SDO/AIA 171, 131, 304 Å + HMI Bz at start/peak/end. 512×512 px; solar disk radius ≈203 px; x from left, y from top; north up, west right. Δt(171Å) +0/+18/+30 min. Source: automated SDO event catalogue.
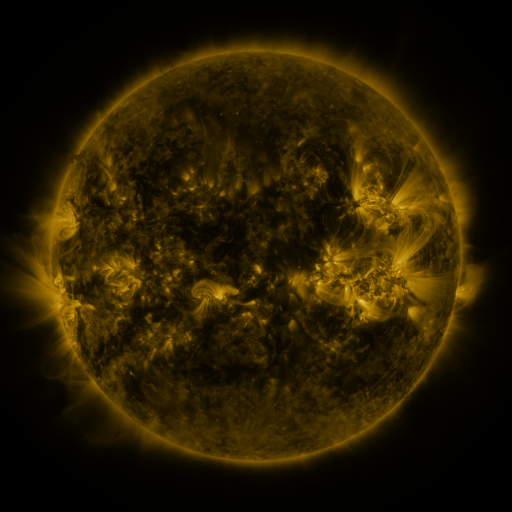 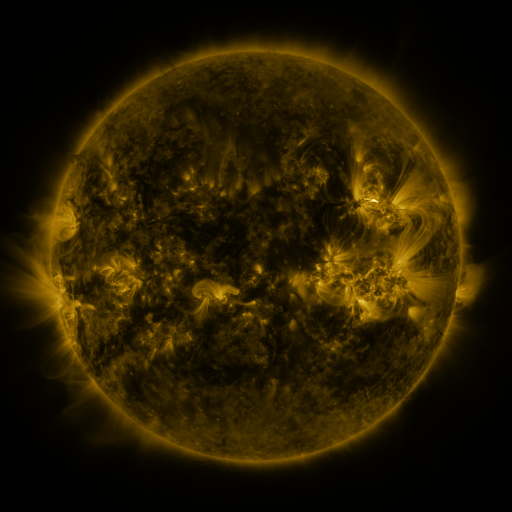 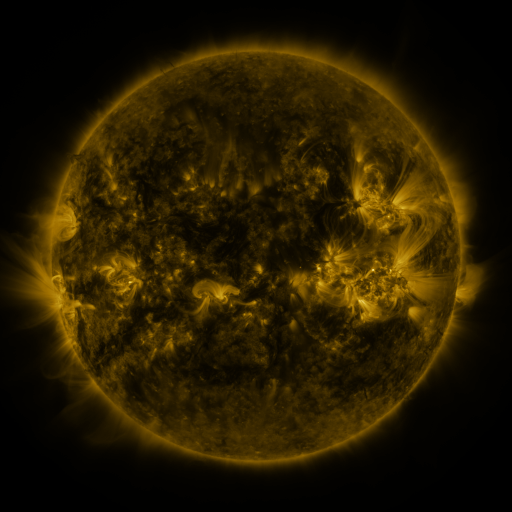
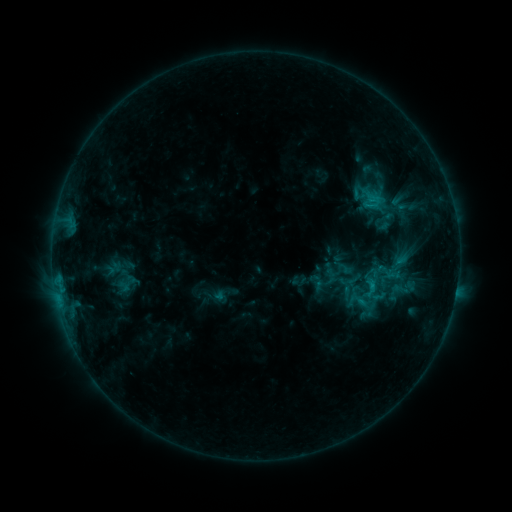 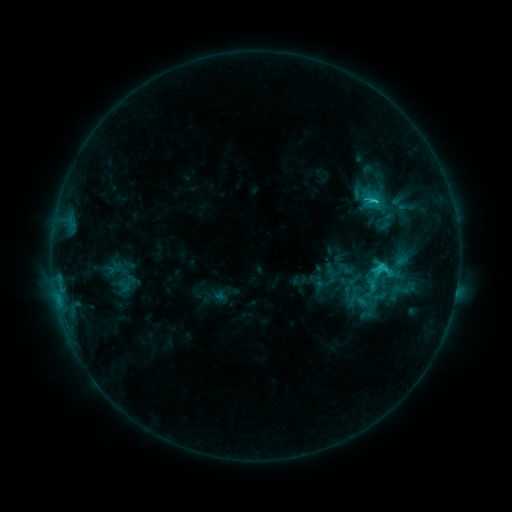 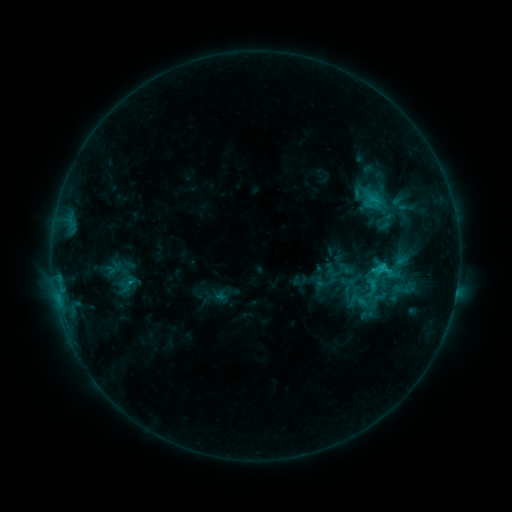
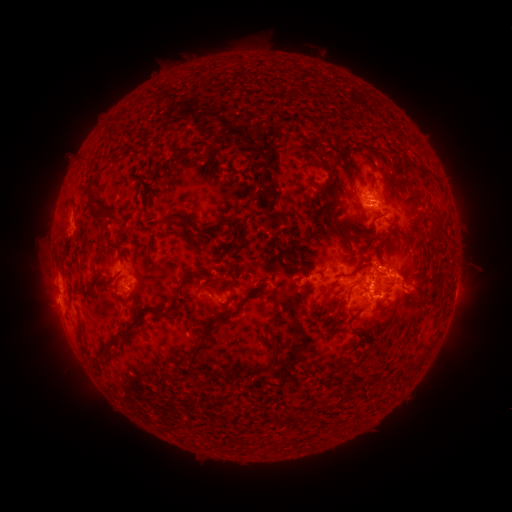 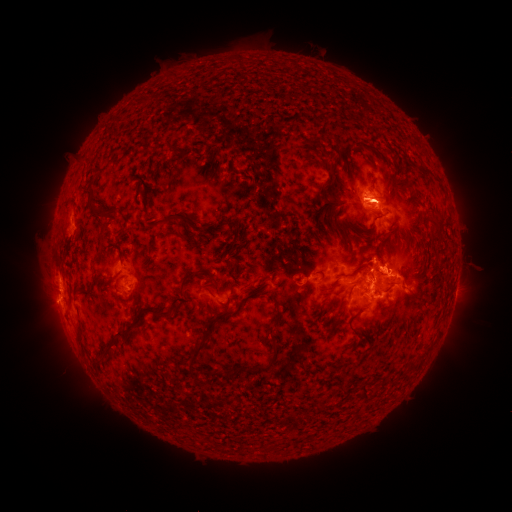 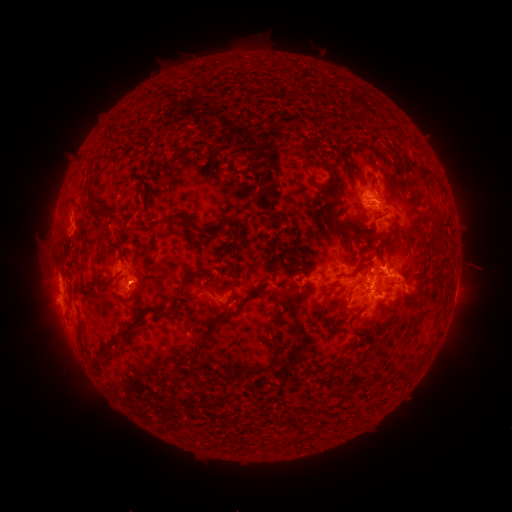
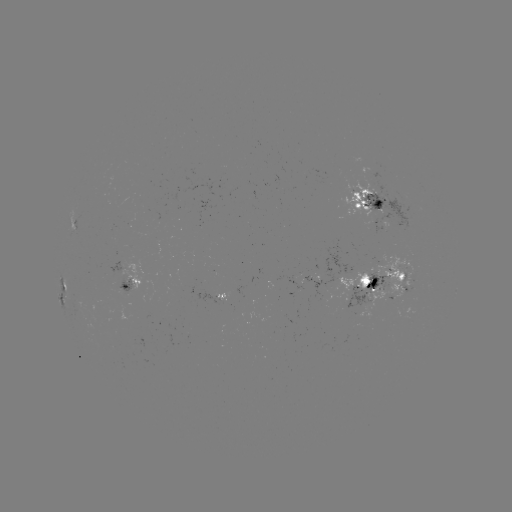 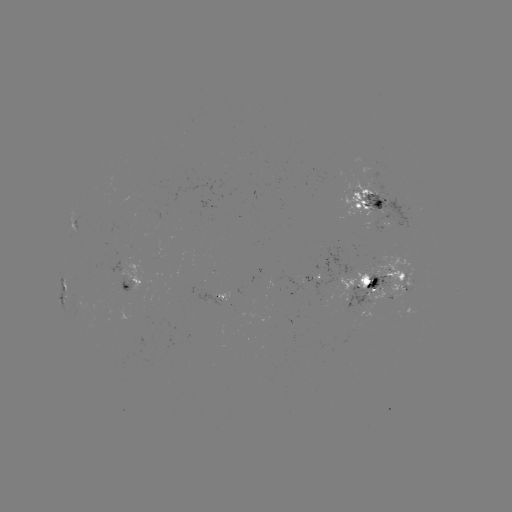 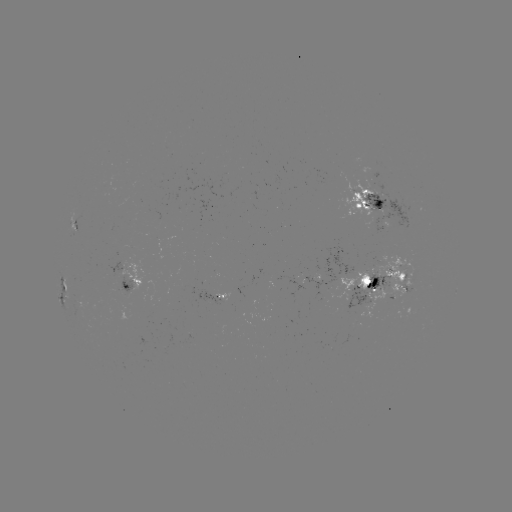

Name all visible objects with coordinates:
C3.4 flare: (374, 202)
